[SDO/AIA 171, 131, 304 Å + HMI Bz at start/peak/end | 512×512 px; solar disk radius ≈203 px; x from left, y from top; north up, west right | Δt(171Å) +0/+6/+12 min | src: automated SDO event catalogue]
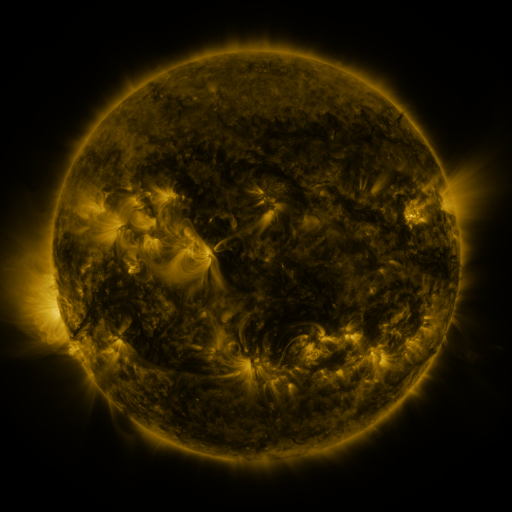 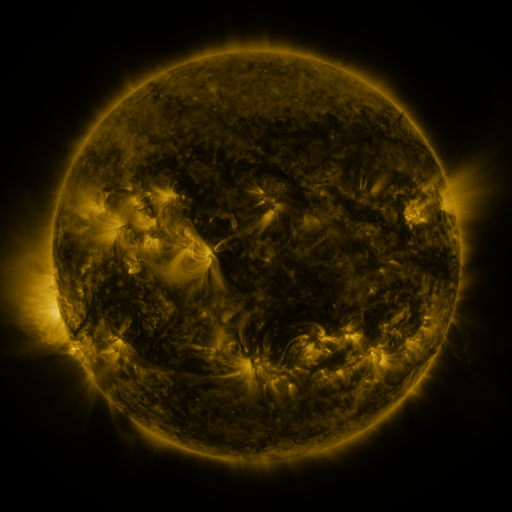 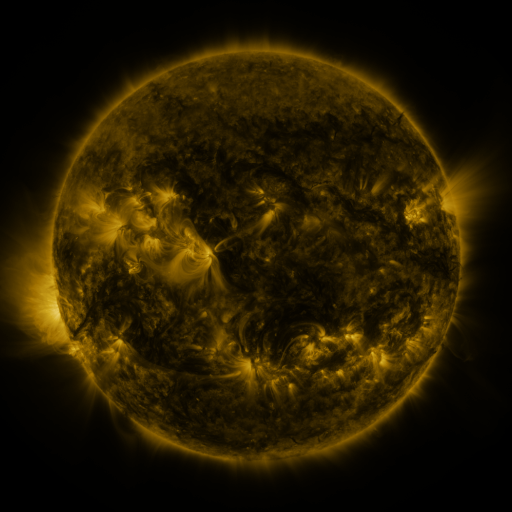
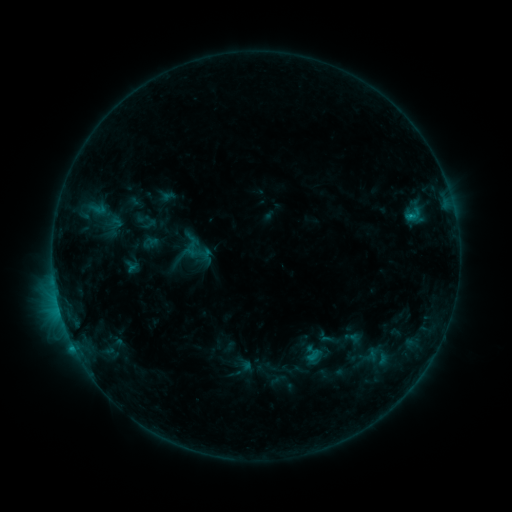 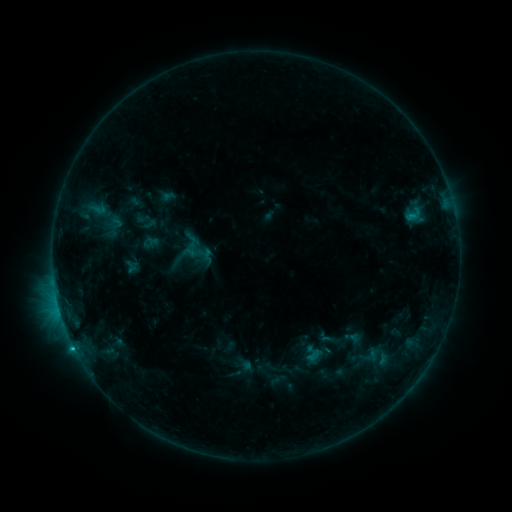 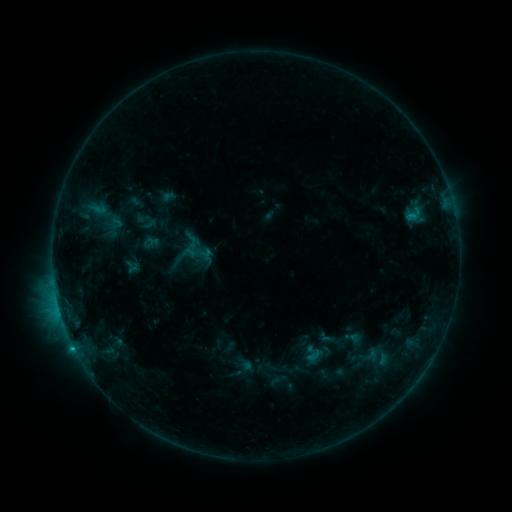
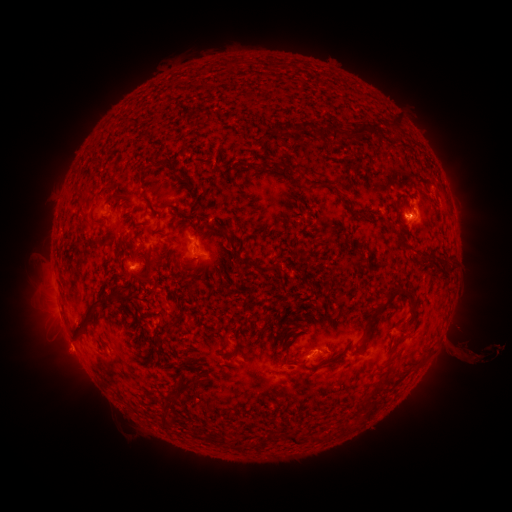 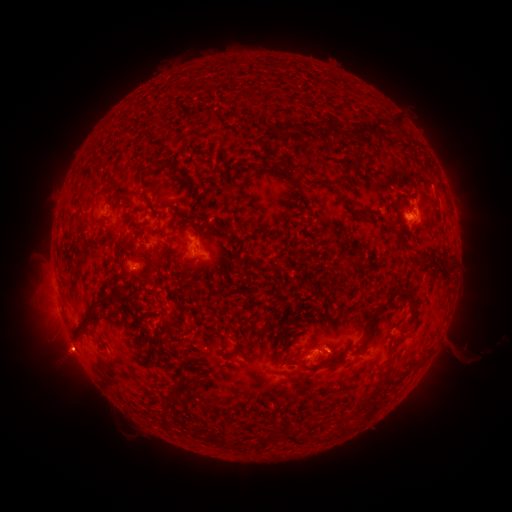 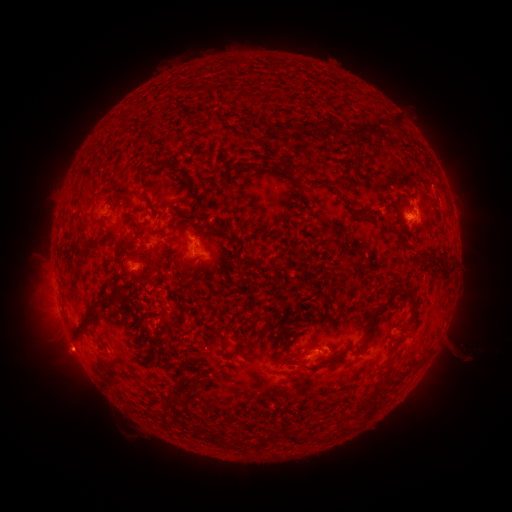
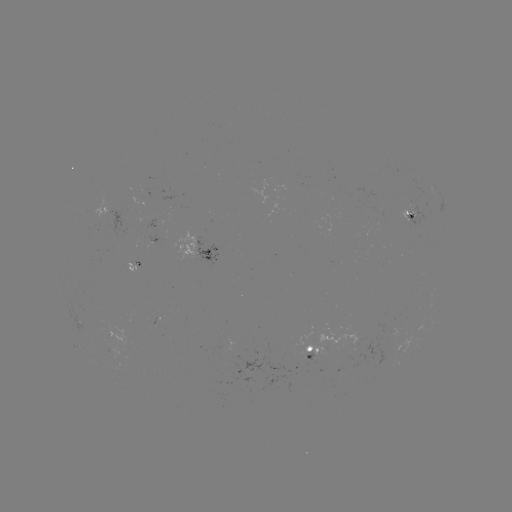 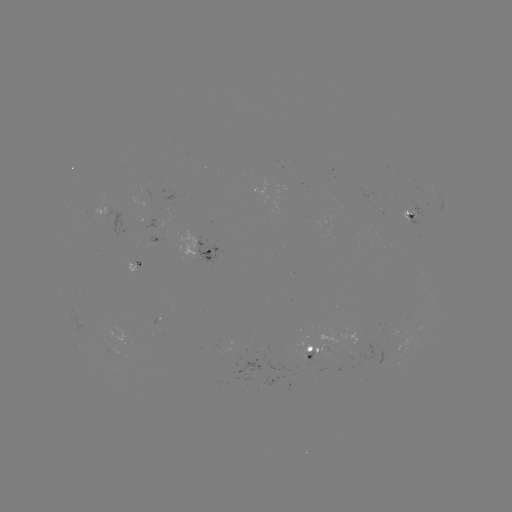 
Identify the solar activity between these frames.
C1.1 flare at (73, 345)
